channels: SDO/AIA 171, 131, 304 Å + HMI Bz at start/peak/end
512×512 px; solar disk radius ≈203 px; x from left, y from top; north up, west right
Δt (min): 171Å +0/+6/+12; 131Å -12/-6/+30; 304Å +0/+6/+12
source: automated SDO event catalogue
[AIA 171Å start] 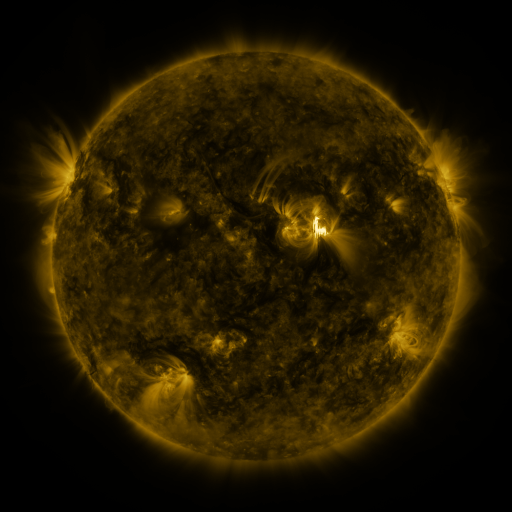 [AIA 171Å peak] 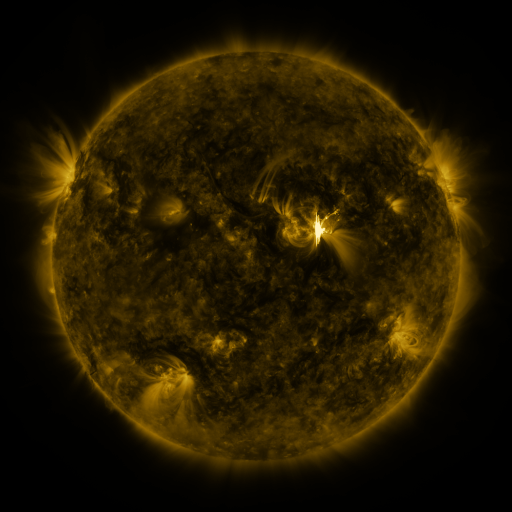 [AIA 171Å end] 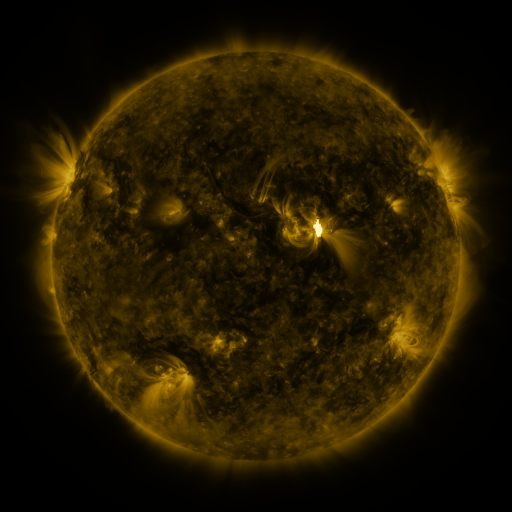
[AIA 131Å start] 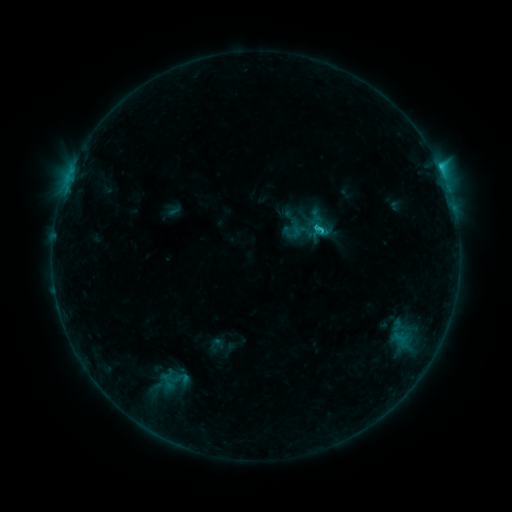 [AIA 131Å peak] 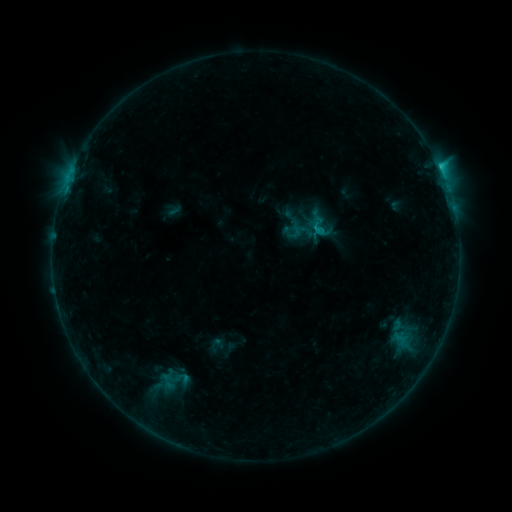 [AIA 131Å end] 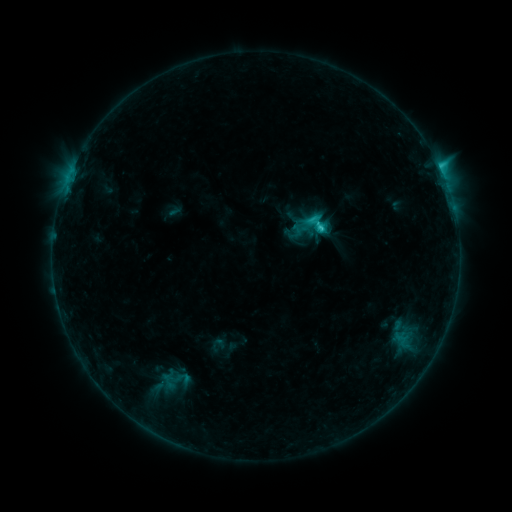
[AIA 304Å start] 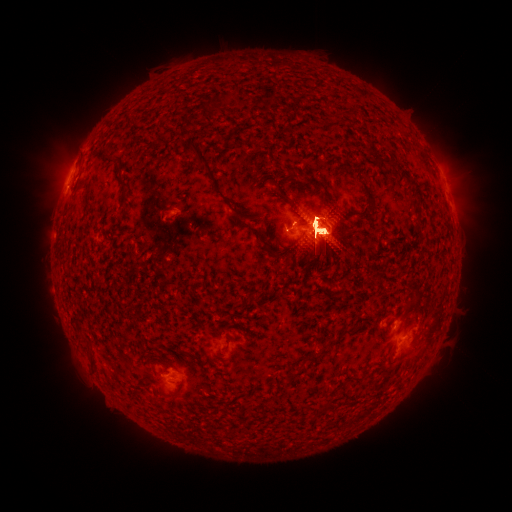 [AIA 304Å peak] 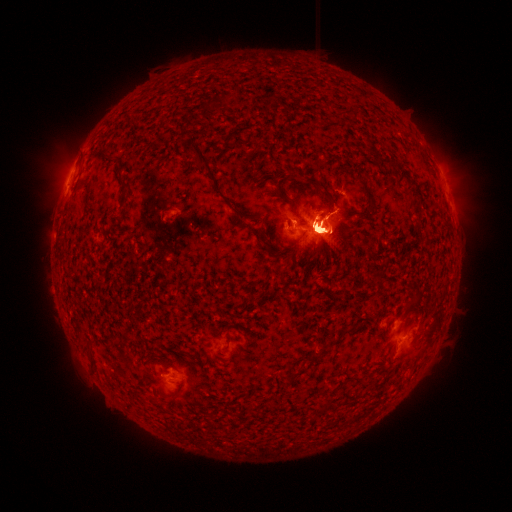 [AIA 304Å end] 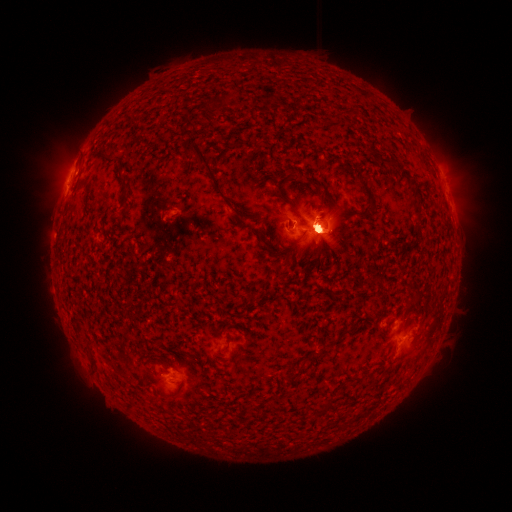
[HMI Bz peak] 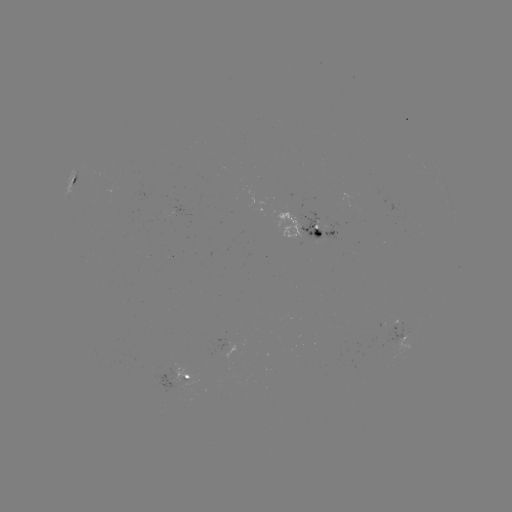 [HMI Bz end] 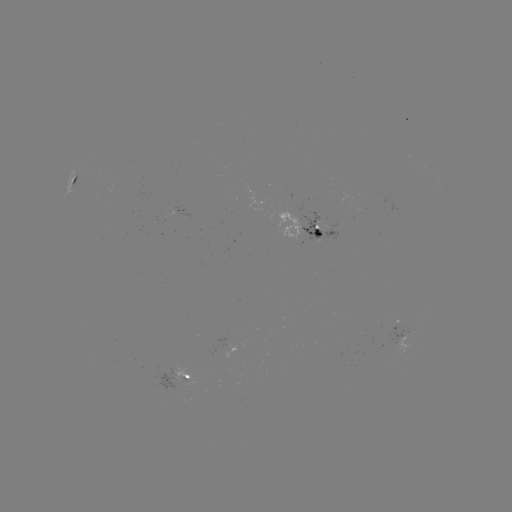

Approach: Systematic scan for eruption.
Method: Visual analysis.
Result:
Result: eruption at (178, 388).